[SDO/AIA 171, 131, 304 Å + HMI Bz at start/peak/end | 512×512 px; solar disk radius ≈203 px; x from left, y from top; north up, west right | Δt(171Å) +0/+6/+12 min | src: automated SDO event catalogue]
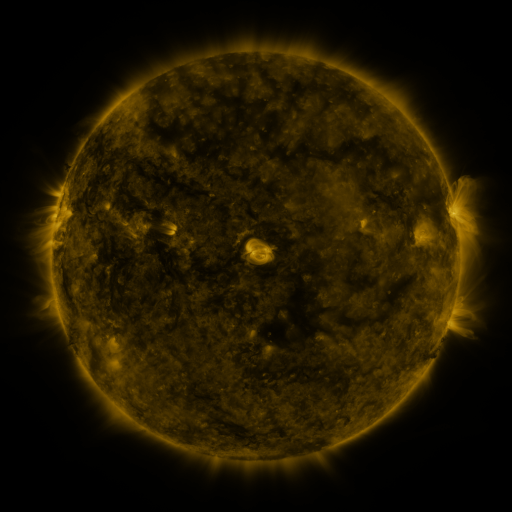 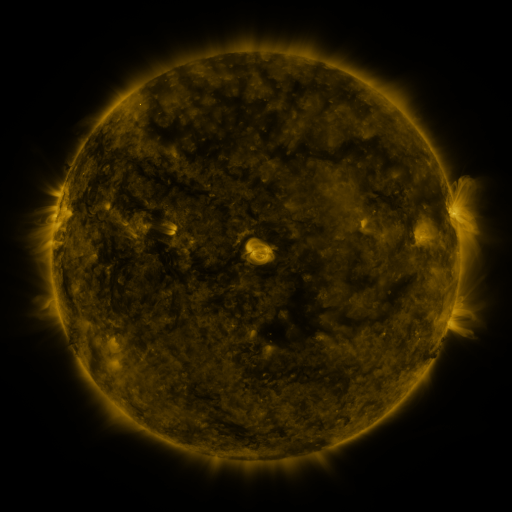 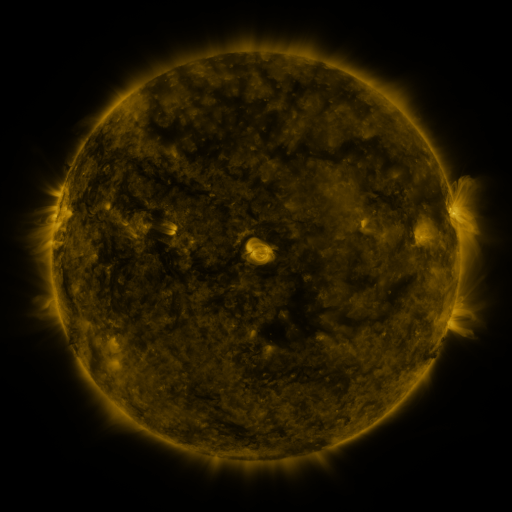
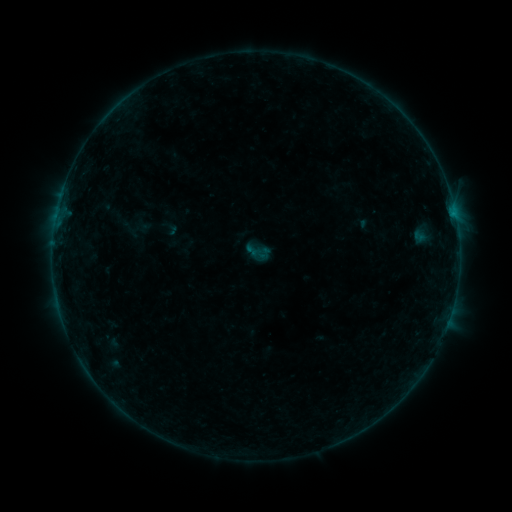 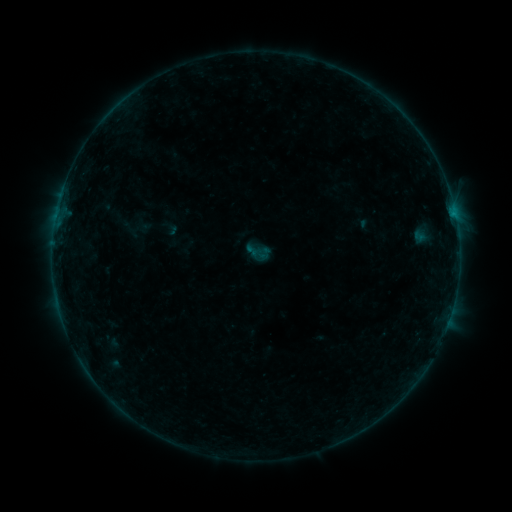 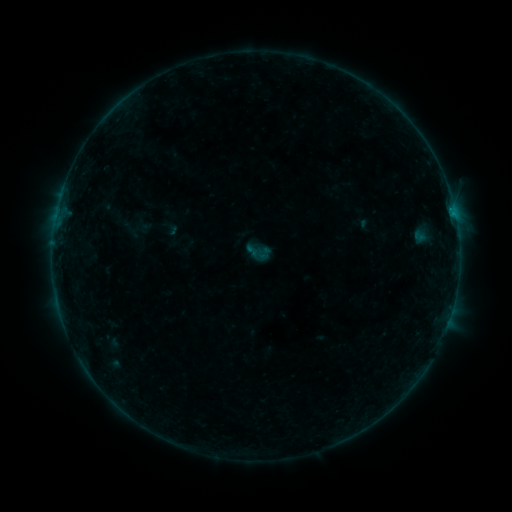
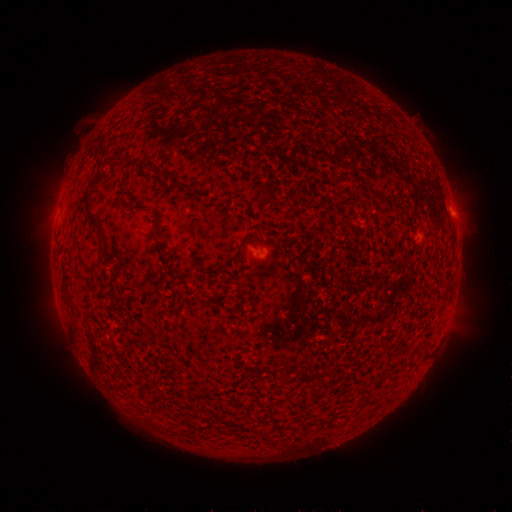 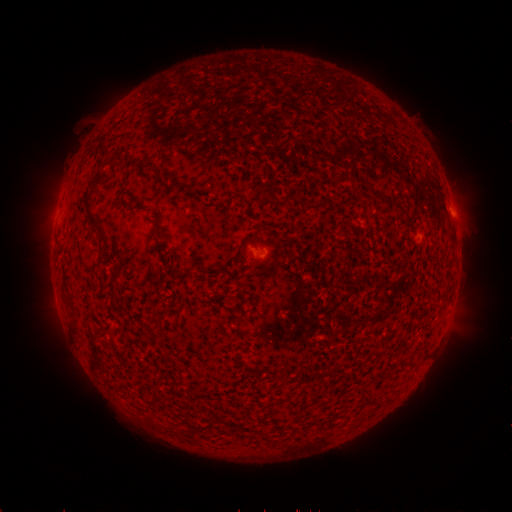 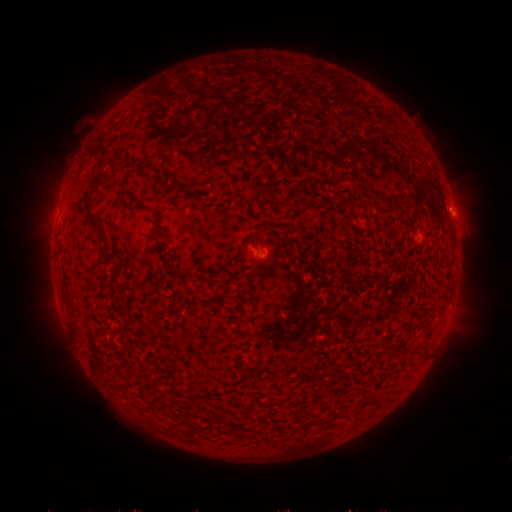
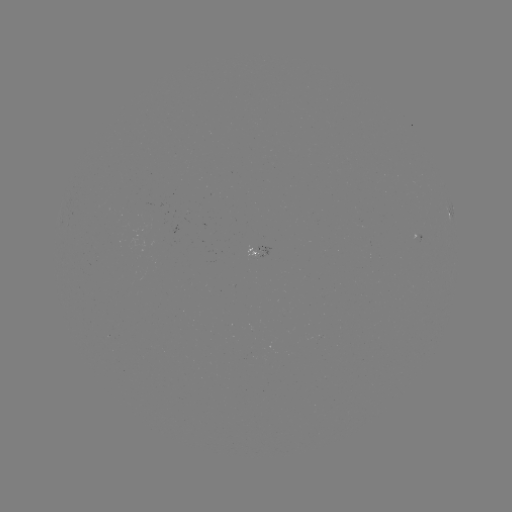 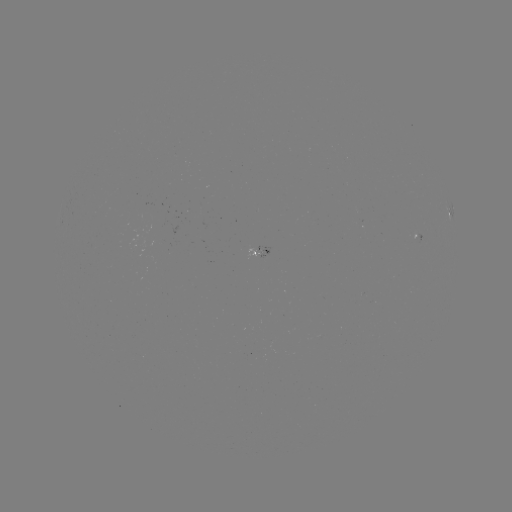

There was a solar flare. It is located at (451, 213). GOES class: B1.6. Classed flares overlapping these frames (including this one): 1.